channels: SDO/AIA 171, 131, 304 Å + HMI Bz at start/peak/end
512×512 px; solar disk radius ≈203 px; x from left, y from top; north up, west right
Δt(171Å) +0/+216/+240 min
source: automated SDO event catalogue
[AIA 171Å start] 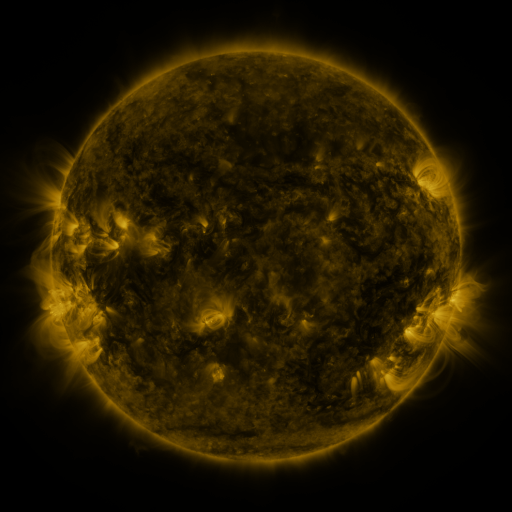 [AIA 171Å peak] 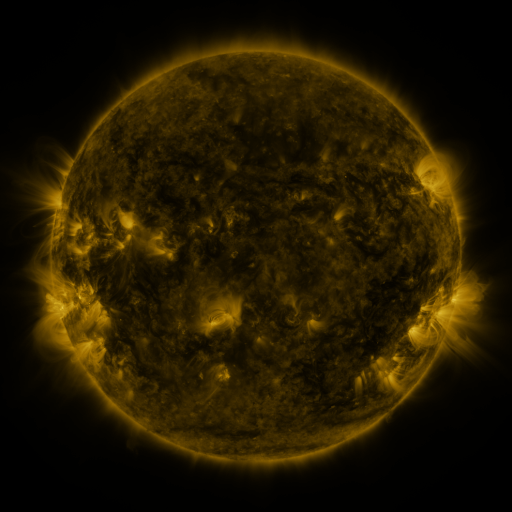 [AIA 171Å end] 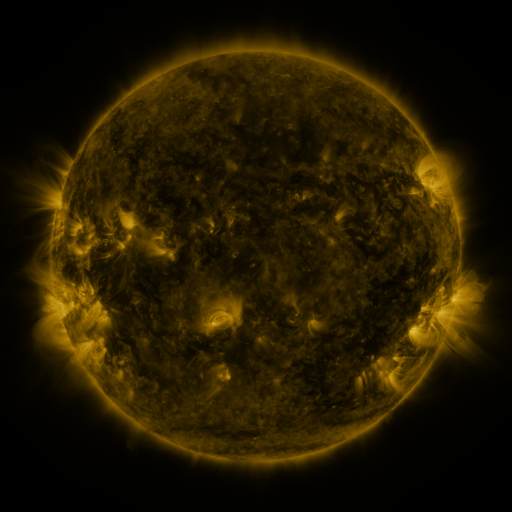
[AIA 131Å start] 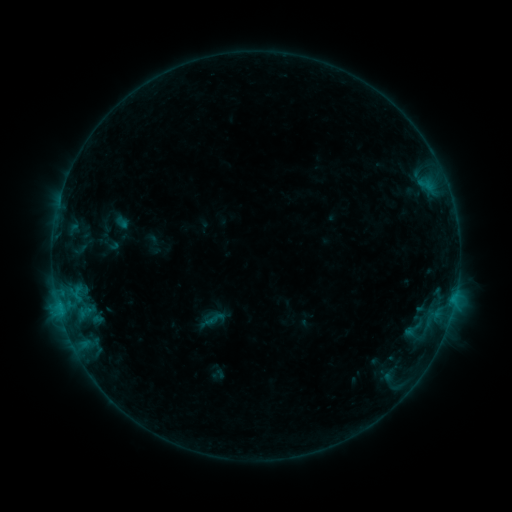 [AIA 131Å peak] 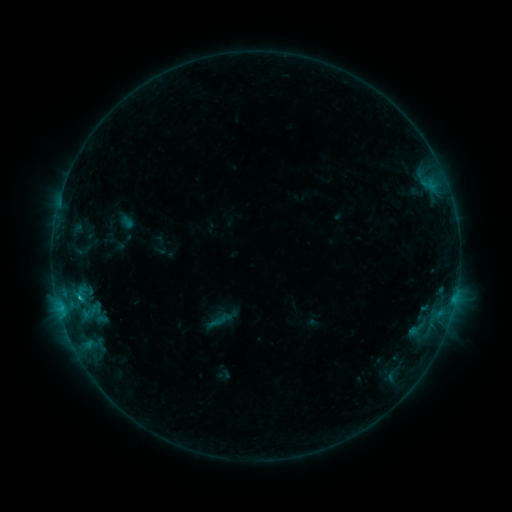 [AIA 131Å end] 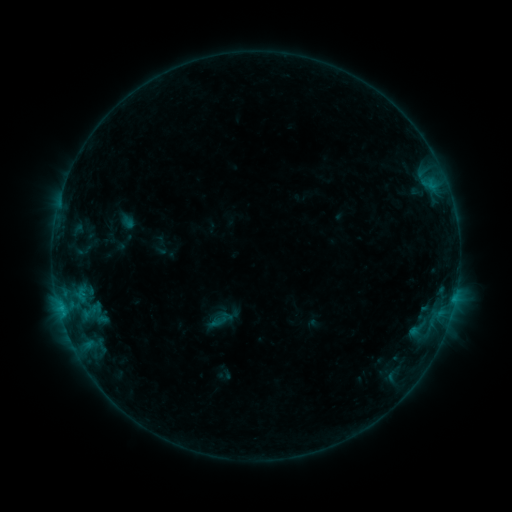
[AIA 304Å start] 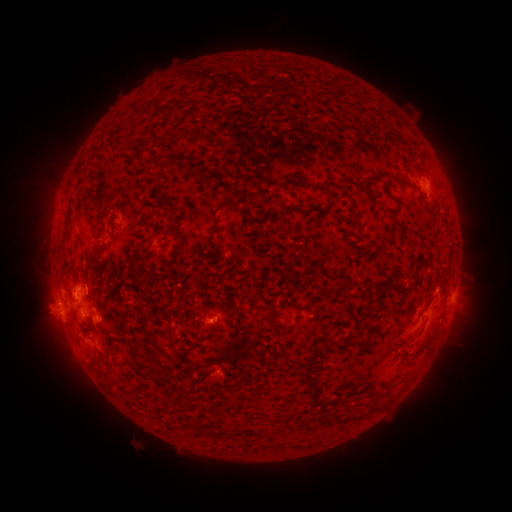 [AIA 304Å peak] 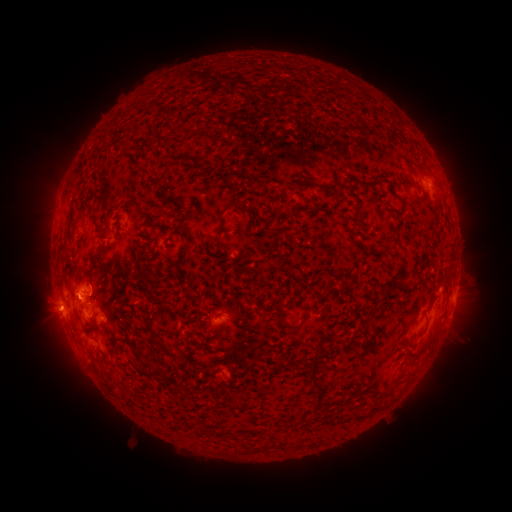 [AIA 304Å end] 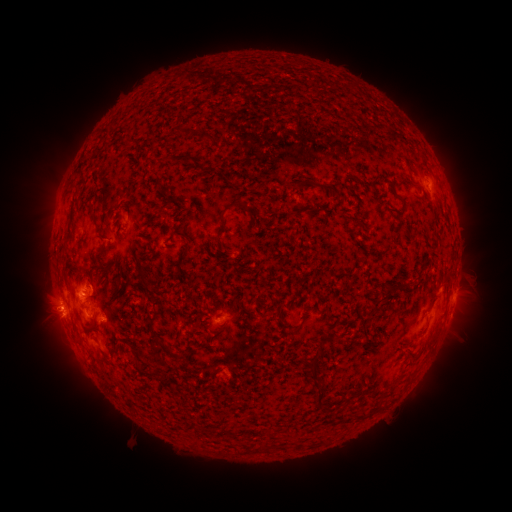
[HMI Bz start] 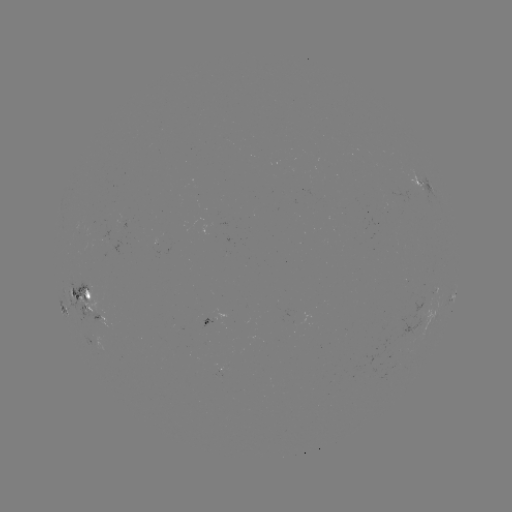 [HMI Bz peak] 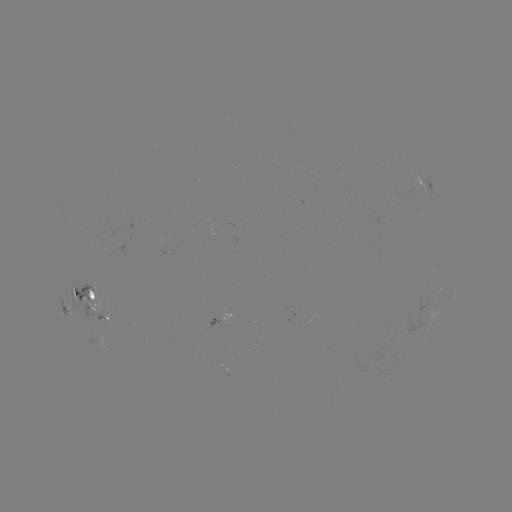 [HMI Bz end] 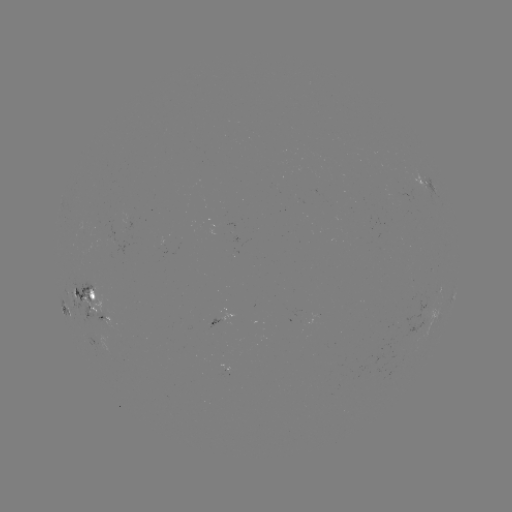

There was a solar emerging-flux region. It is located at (101, 312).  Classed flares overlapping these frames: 5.